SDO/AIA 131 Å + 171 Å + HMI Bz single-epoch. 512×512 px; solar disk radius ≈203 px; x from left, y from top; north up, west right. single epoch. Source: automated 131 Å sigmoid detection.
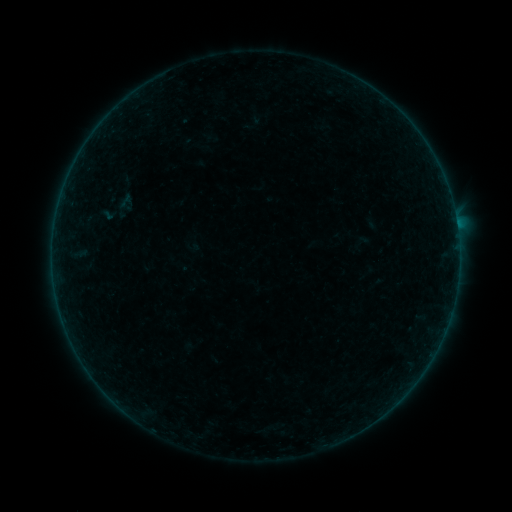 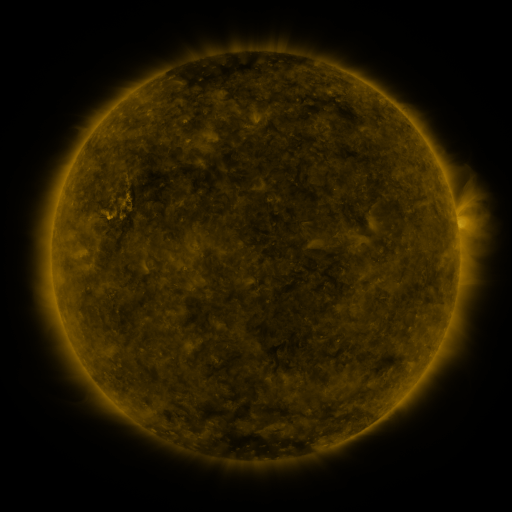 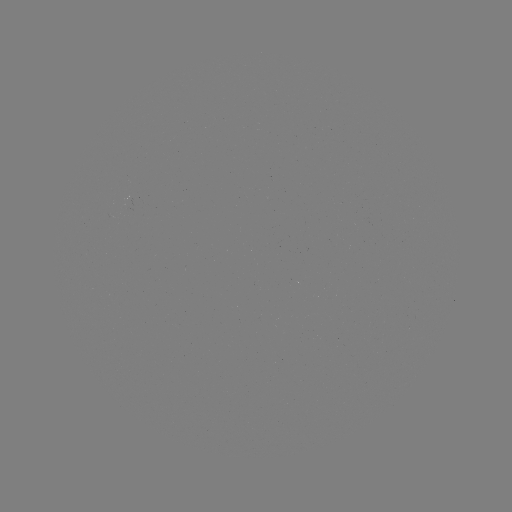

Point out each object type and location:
sigmoid: (126, 201)
